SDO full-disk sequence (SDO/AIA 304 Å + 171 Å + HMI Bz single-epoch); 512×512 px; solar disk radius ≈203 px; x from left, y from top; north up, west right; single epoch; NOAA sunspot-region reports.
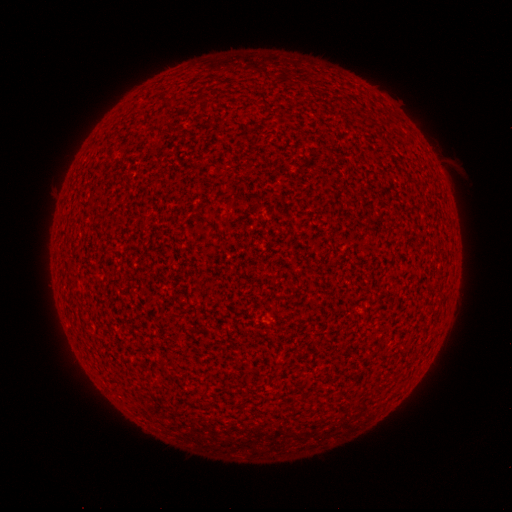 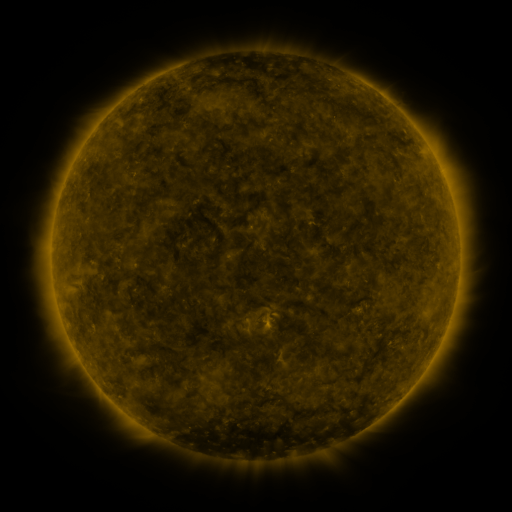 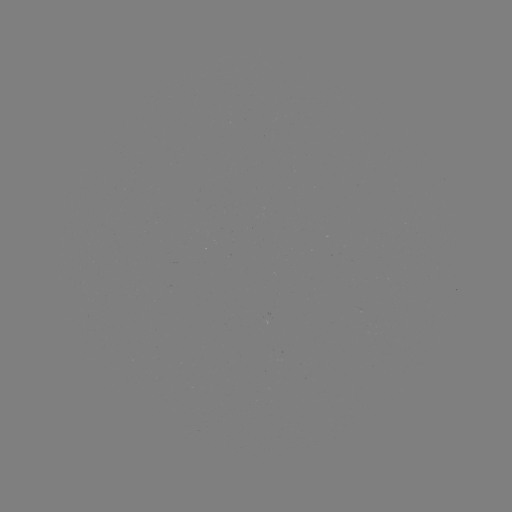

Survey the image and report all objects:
(none)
